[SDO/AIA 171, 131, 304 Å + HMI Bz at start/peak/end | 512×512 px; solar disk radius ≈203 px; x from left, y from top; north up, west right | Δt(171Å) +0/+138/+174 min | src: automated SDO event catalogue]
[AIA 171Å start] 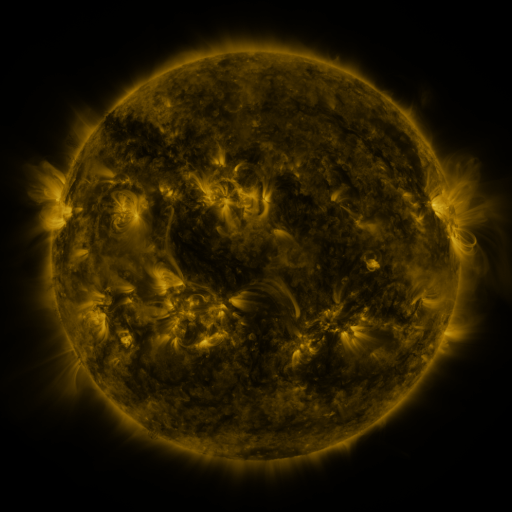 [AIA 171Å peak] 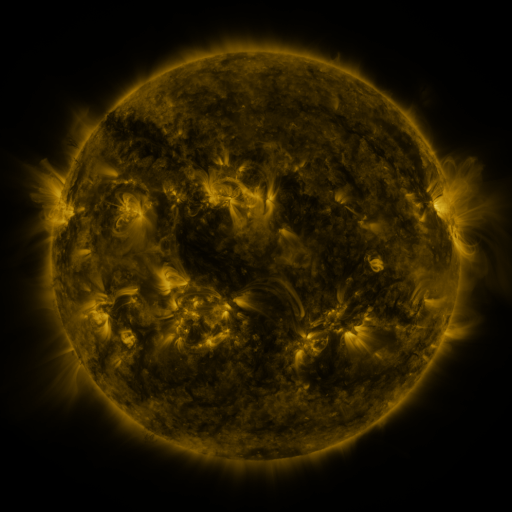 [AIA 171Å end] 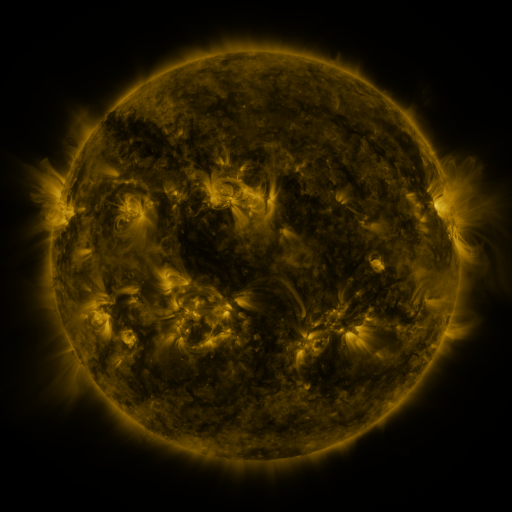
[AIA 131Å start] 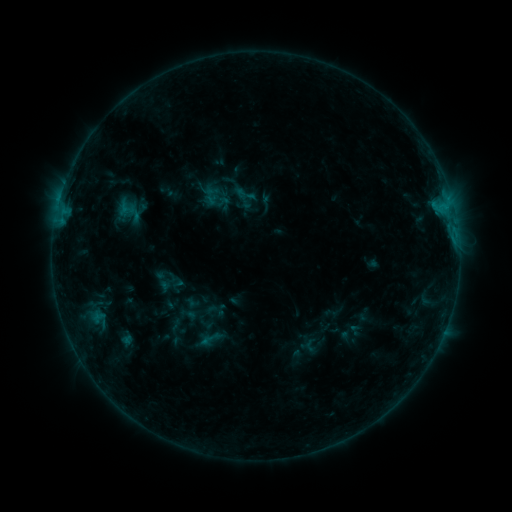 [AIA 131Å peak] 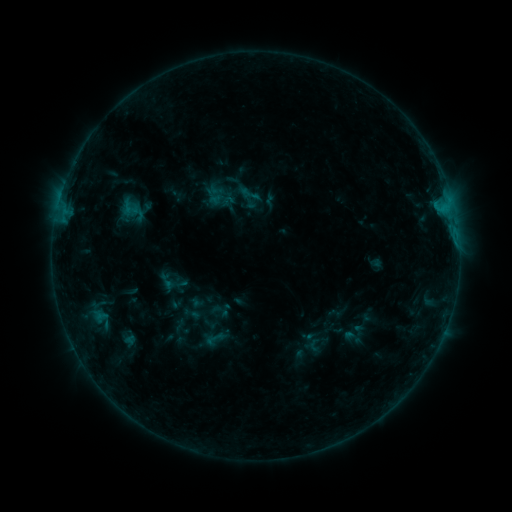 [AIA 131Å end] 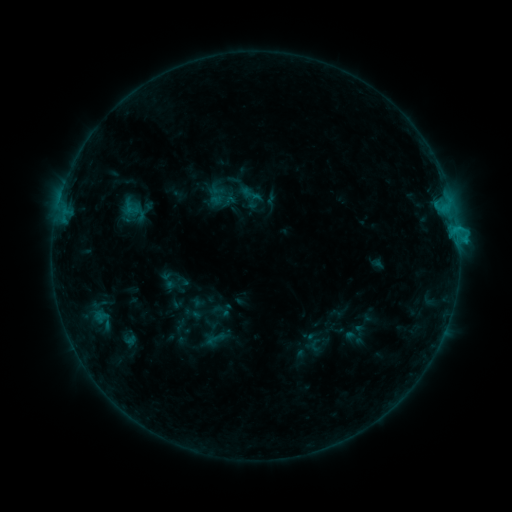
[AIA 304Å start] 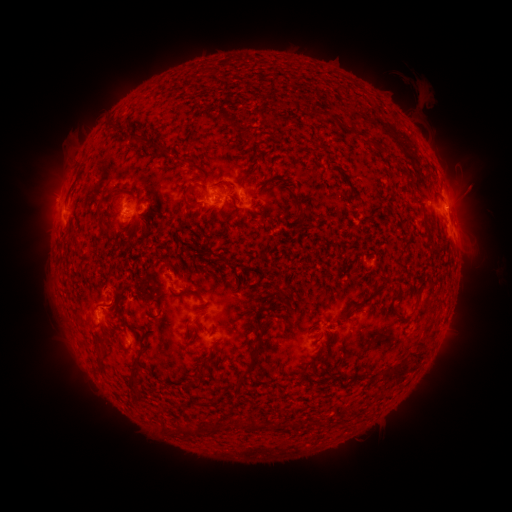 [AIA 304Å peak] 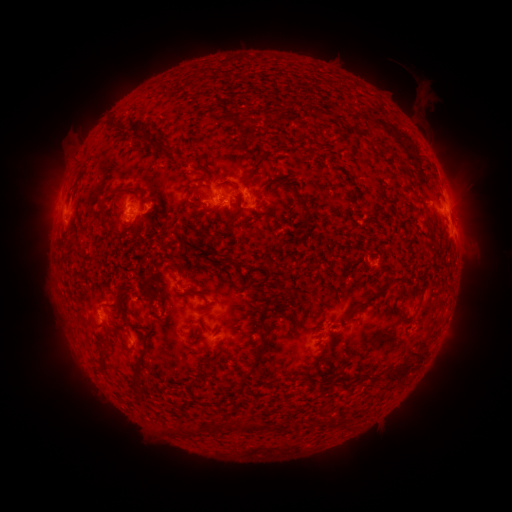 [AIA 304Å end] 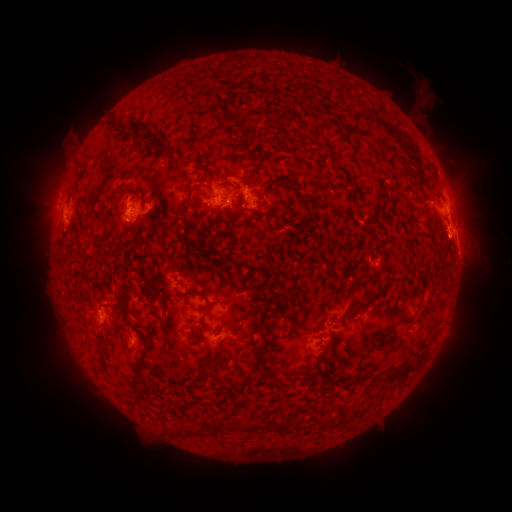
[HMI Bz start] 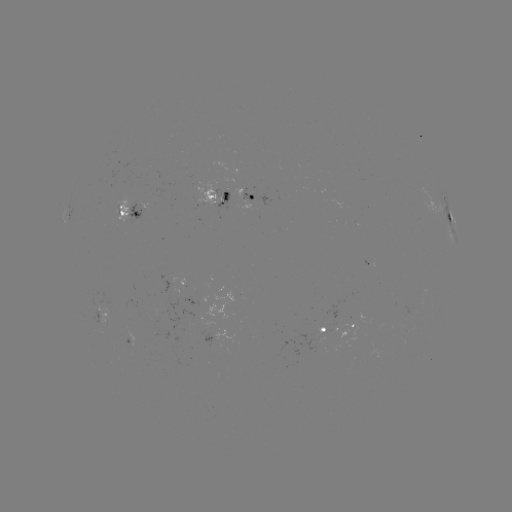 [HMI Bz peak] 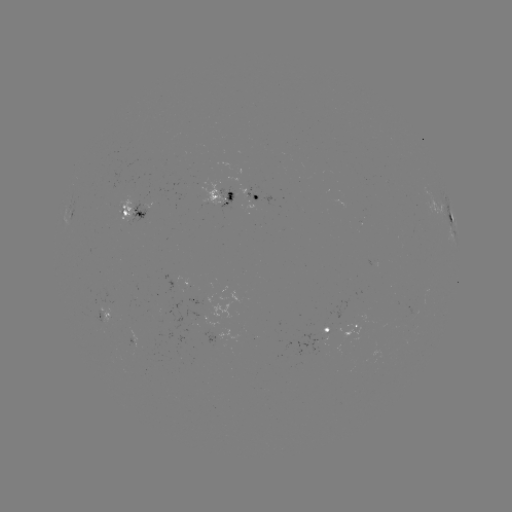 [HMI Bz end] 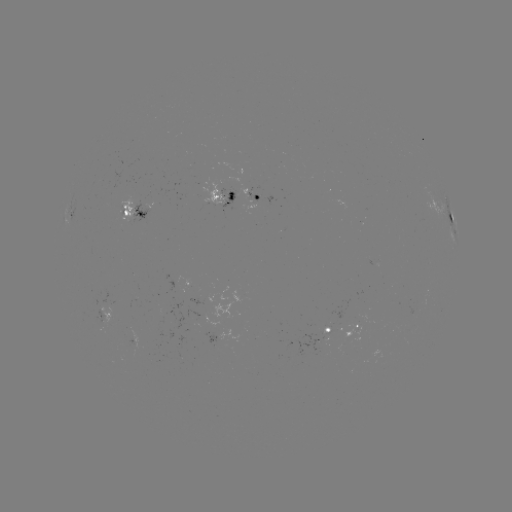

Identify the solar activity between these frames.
emerging-flux region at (342, 331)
